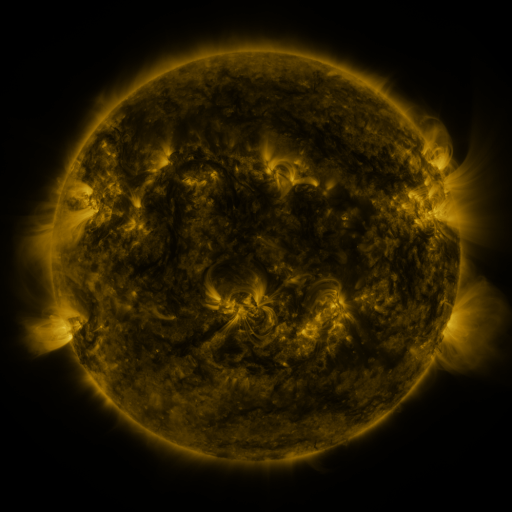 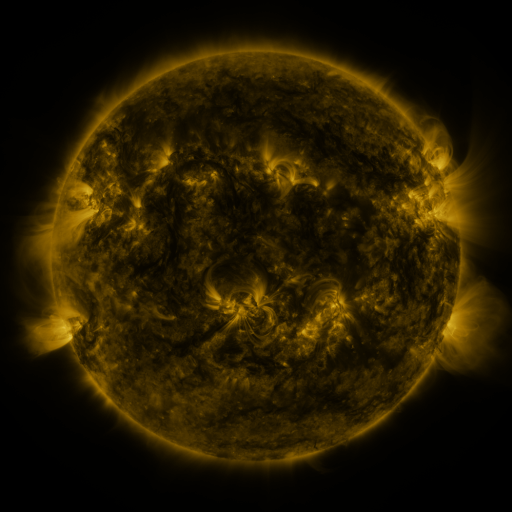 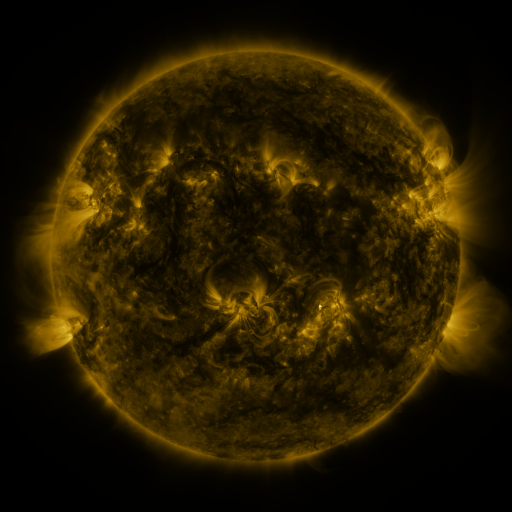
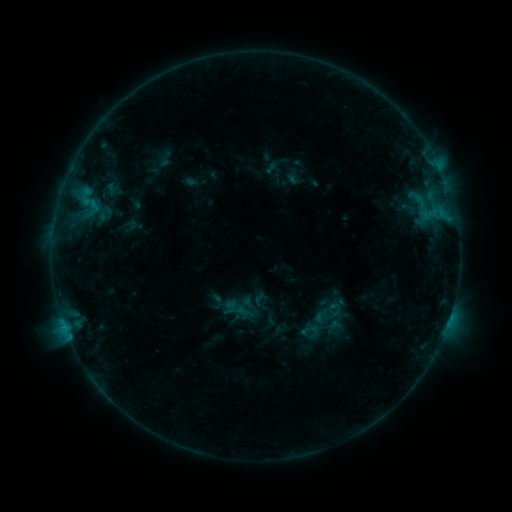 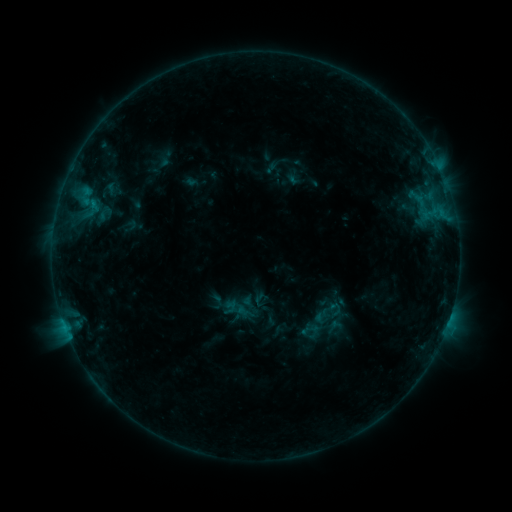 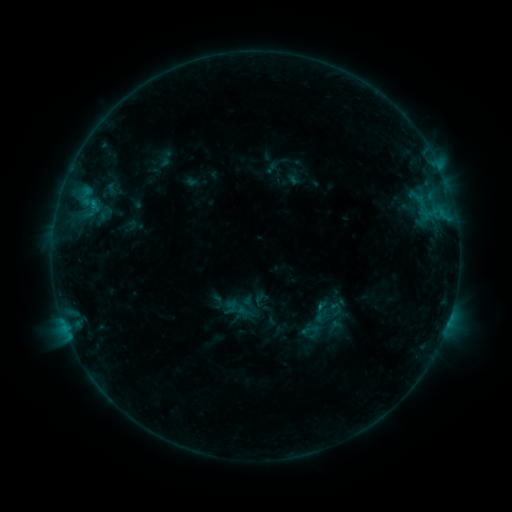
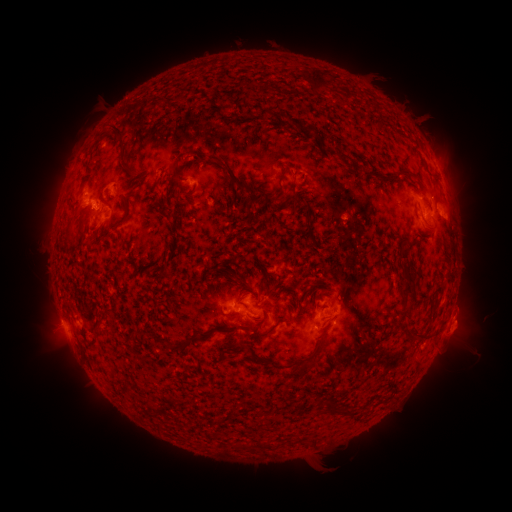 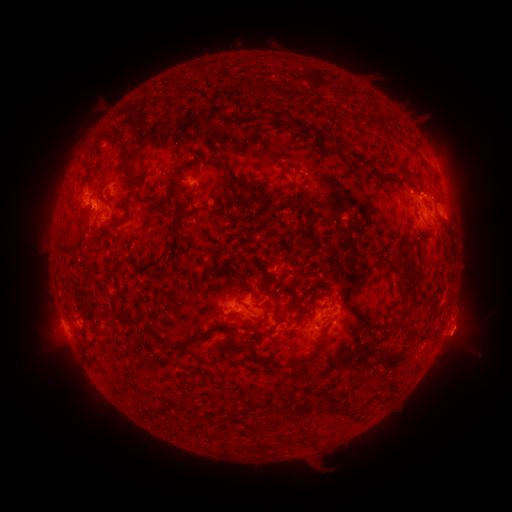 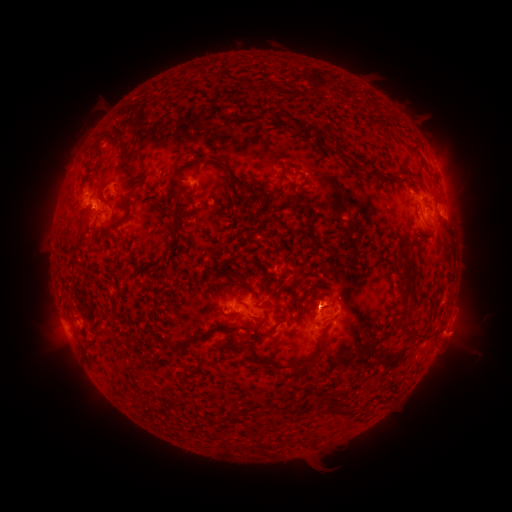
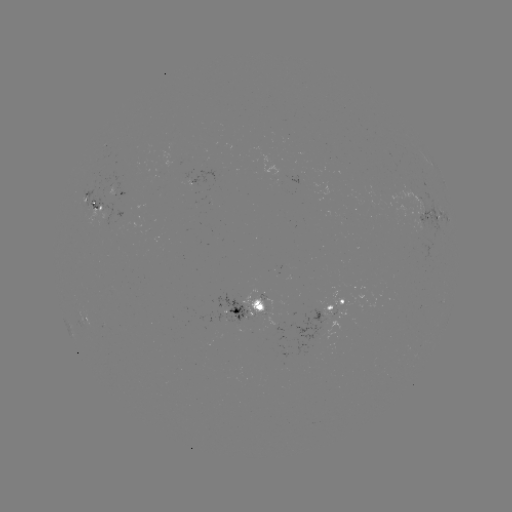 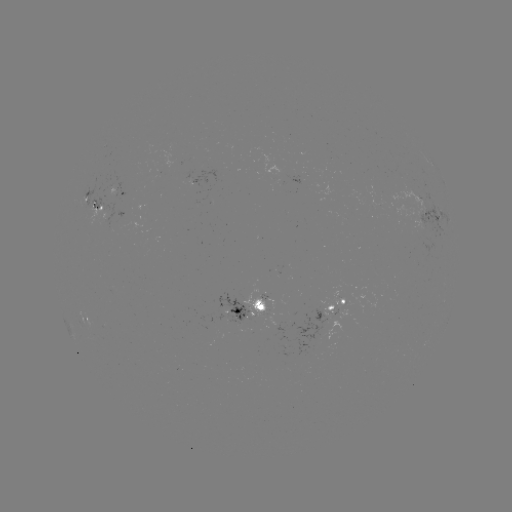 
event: eruption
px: (458, 338)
